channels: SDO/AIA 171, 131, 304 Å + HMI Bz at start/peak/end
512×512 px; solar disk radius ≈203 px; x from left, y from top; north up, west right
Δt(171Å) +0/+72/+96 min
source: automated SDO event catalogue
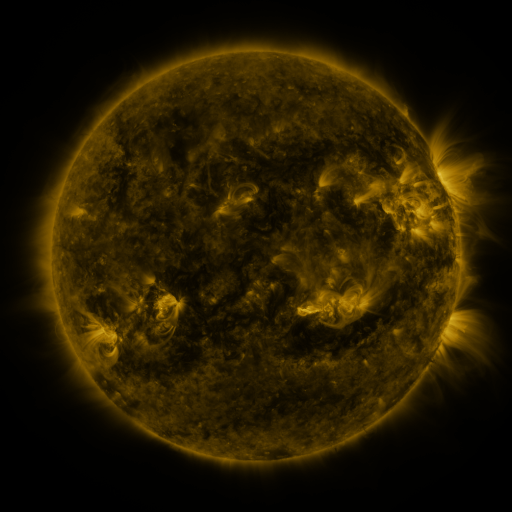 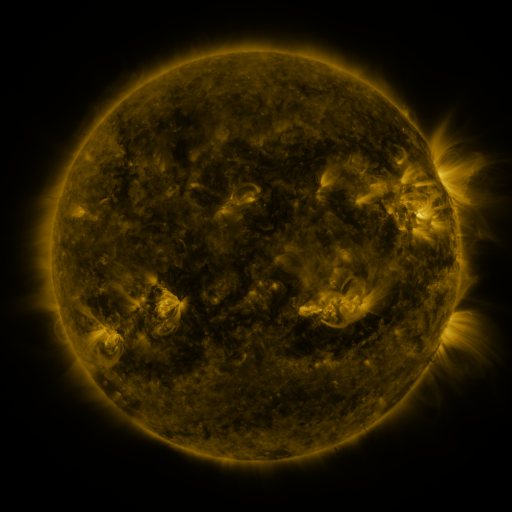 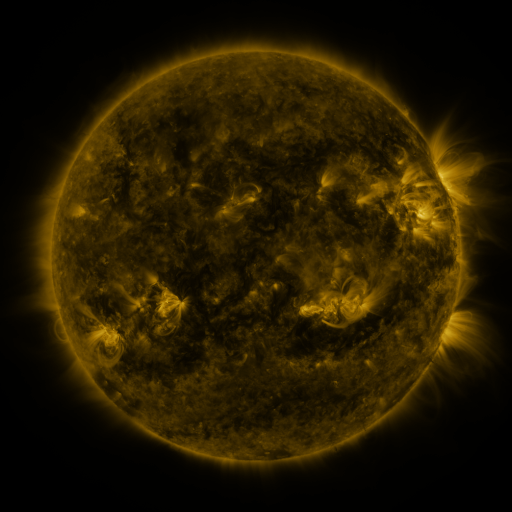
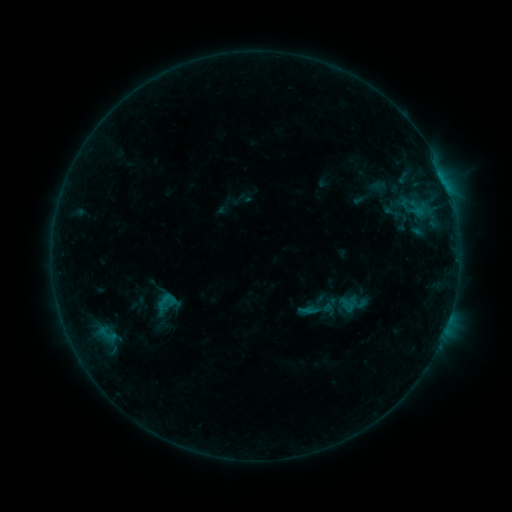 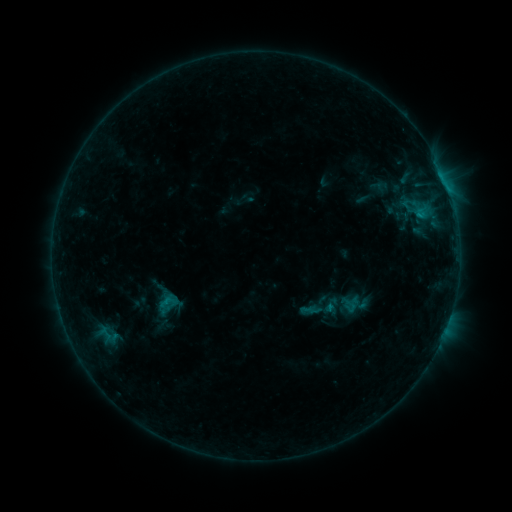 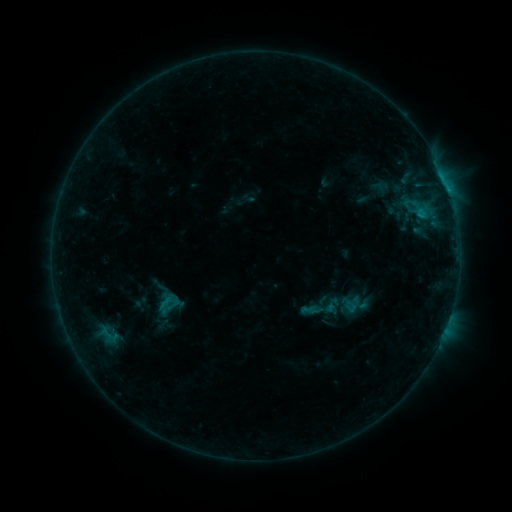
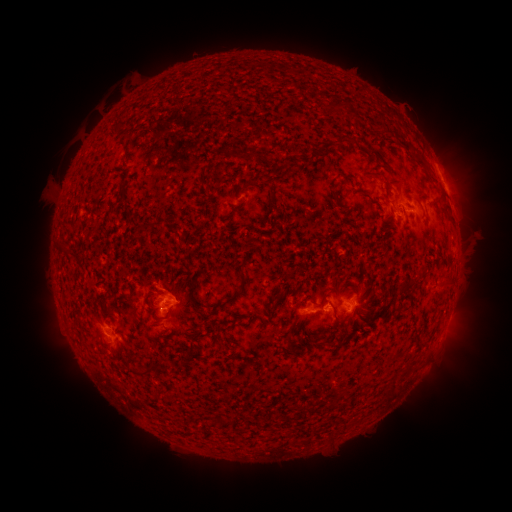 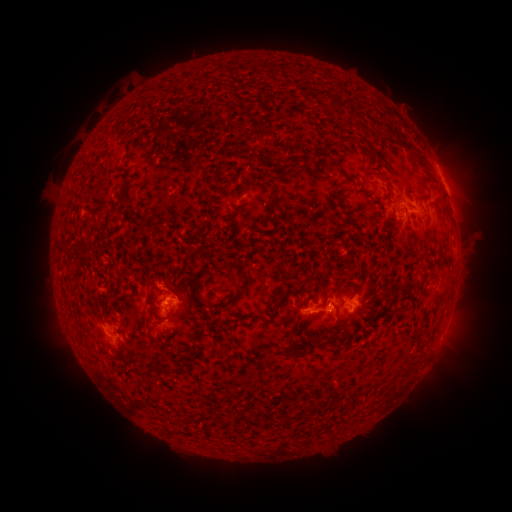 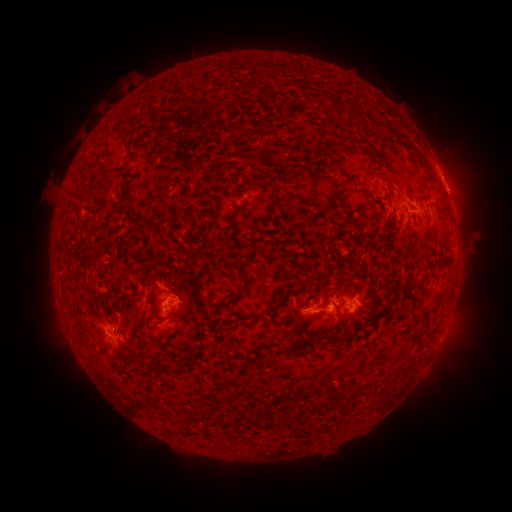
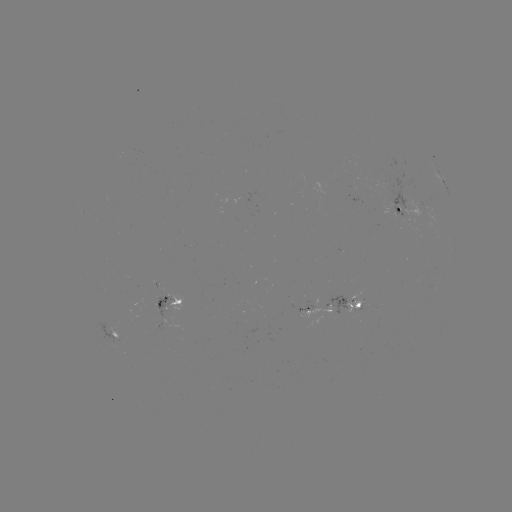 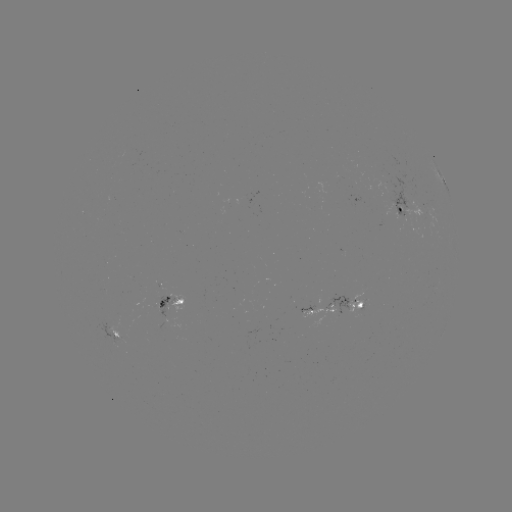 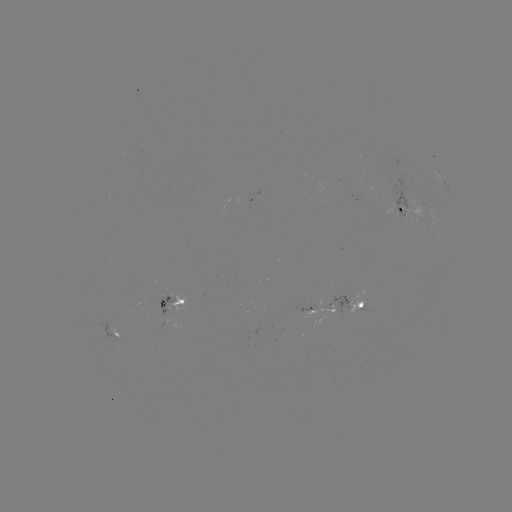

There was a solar emerging-flux region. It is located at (161, 304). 